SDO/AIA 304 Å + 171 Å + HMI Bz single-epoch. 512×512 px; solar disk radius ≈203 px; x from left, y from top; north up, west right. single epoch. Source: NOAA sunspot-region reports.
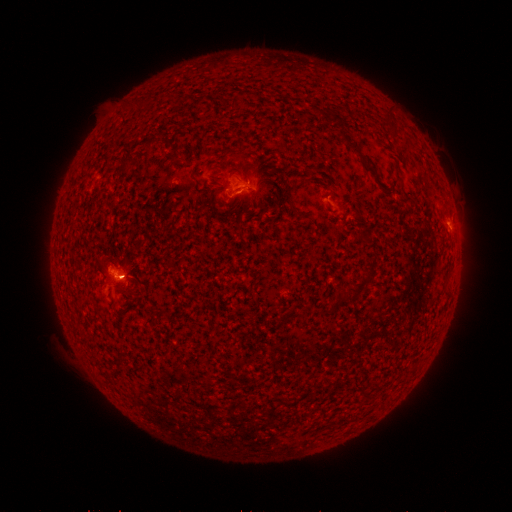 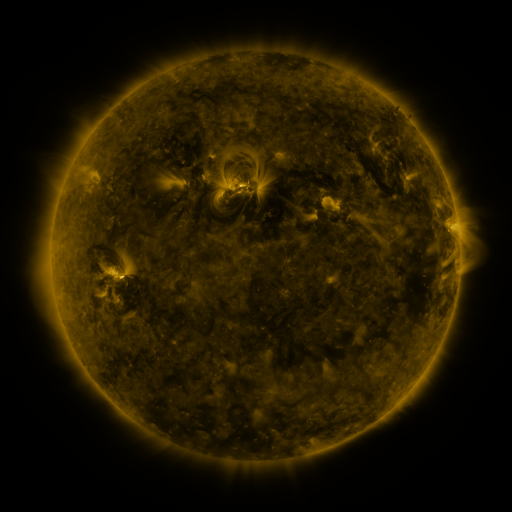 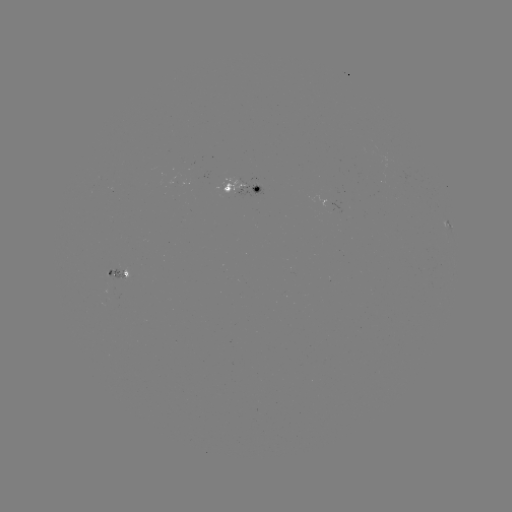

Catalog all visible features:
spotted active region: (242, 190)
spotted active region: (449, 224)
spotted active region: (116, 270)
